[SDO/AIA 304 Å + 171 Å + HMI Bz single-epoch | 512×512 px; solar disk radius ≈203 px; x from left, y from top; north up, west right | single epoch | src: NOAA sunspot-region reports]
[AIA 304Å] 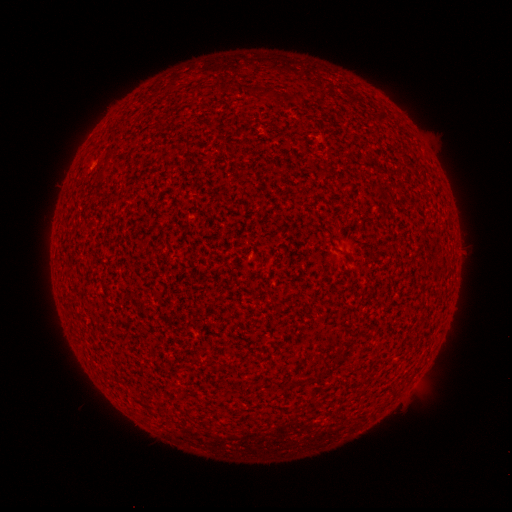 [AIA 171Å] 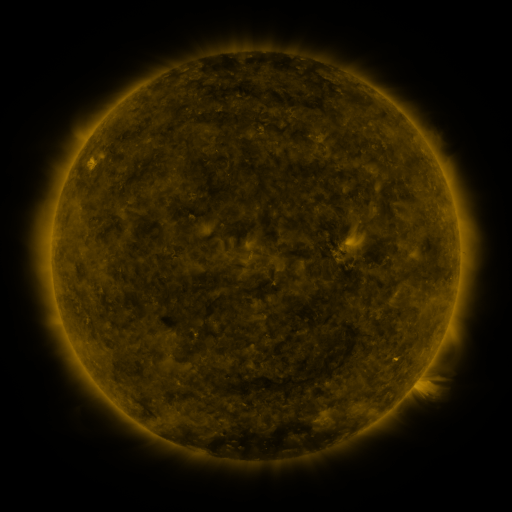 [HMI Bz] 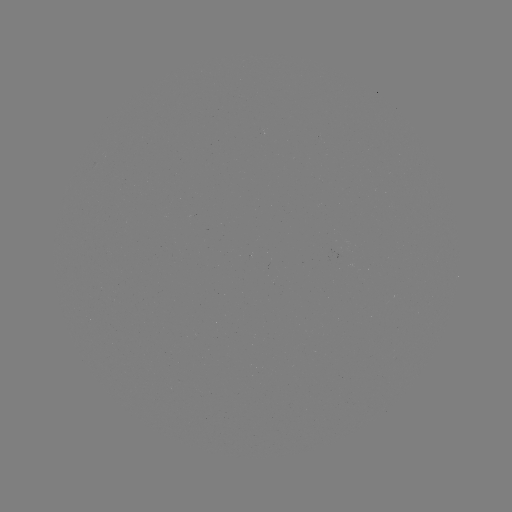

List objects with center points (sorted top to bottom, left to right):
(none)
